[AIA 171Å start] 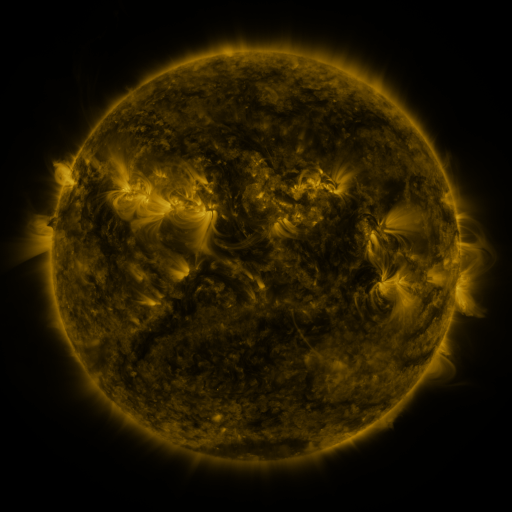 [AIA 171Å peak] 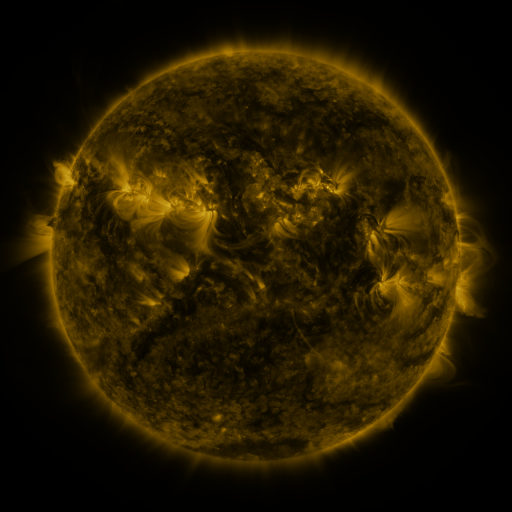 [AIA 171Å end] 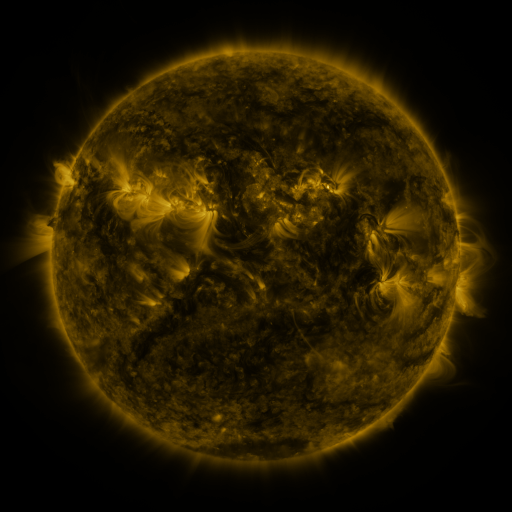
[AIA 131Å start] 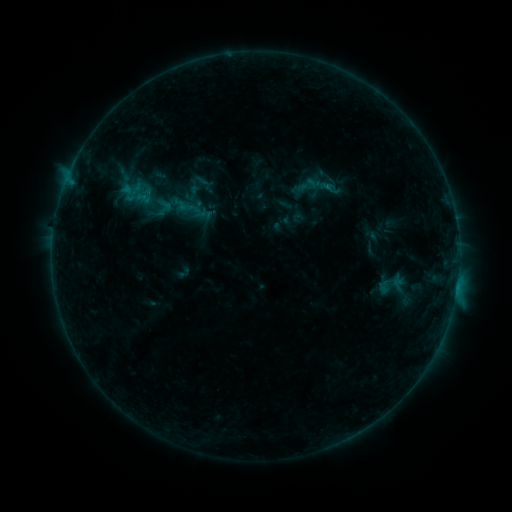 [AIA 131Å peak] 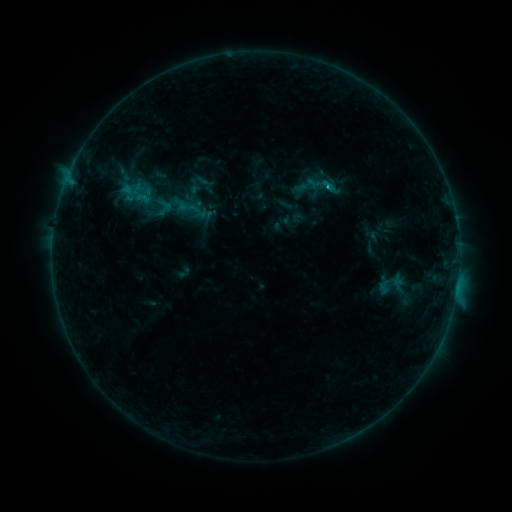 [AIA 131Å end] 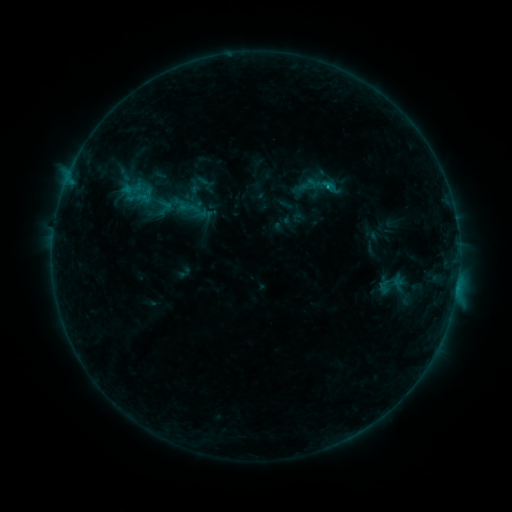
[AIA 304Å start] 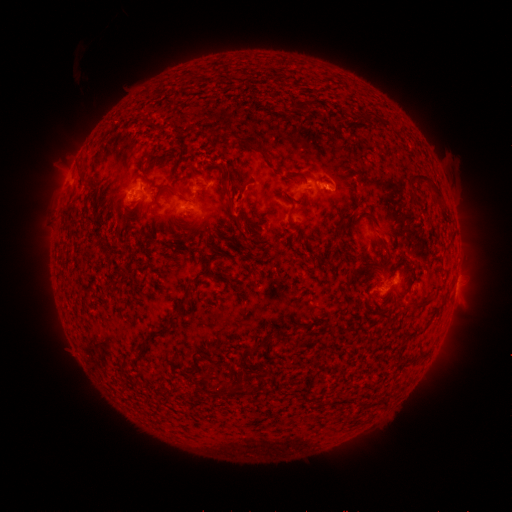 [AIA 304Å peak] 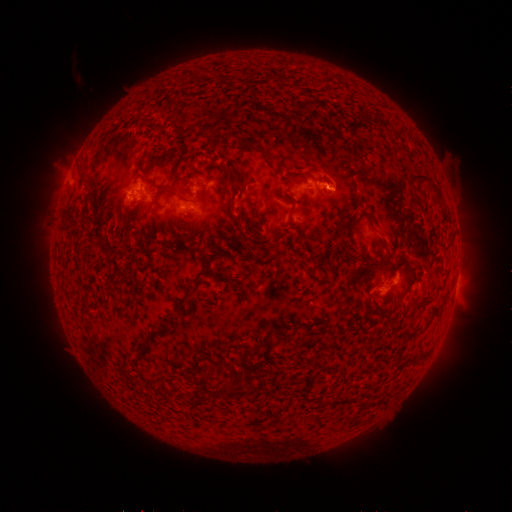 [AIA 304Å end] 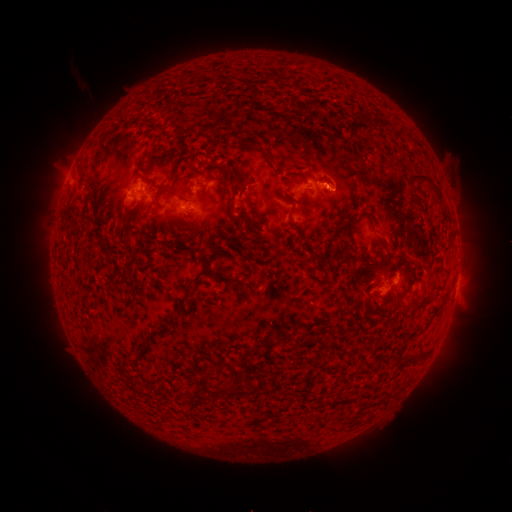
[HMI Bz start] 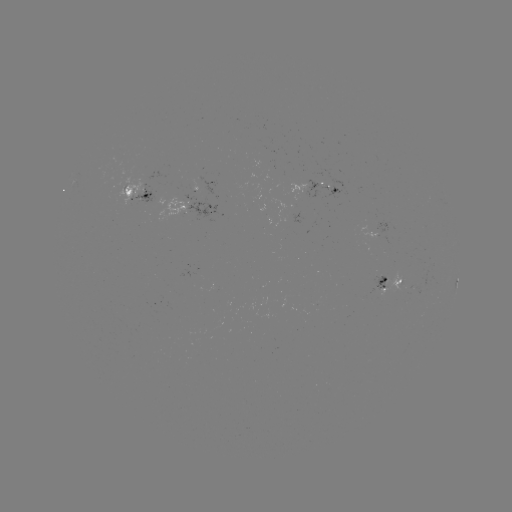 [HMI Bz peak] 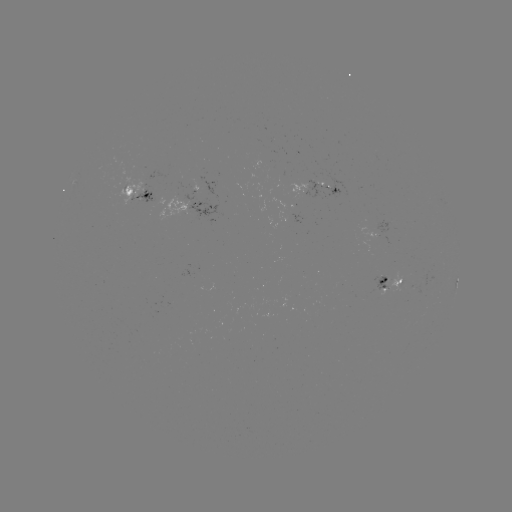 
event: flare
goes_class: B7.4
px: (327, 189)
